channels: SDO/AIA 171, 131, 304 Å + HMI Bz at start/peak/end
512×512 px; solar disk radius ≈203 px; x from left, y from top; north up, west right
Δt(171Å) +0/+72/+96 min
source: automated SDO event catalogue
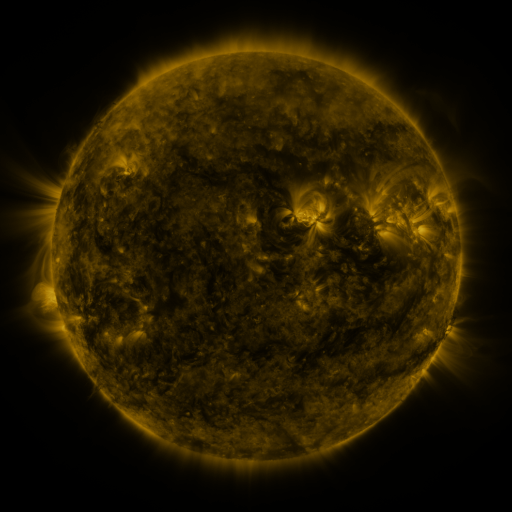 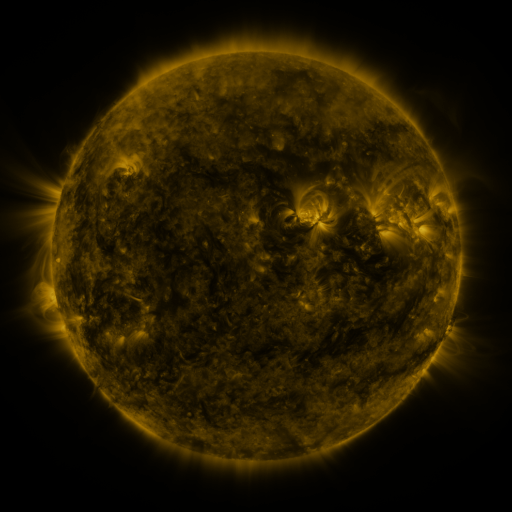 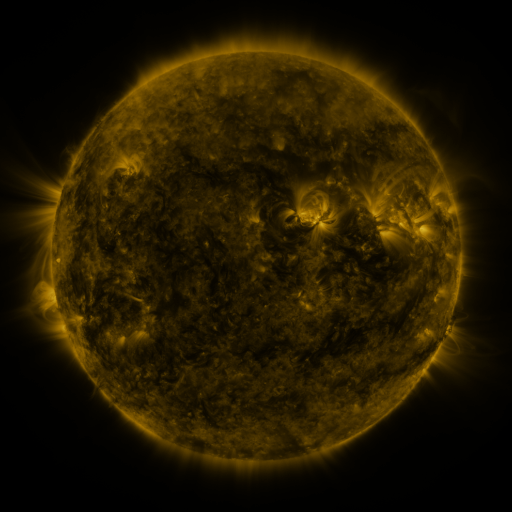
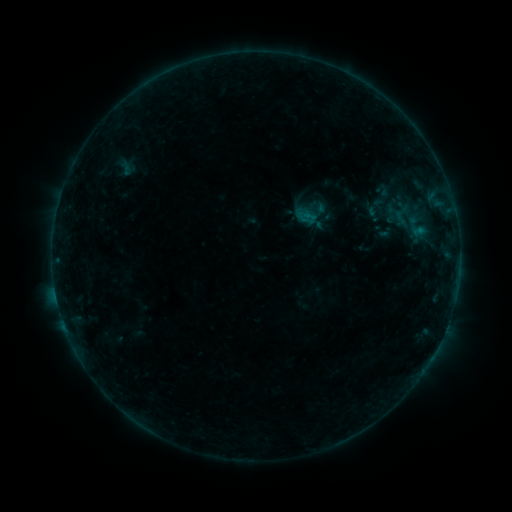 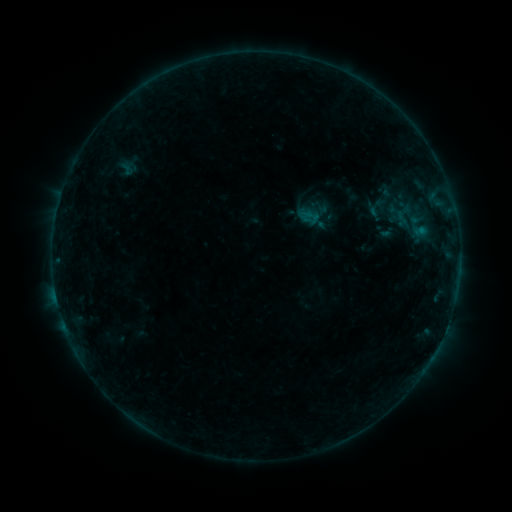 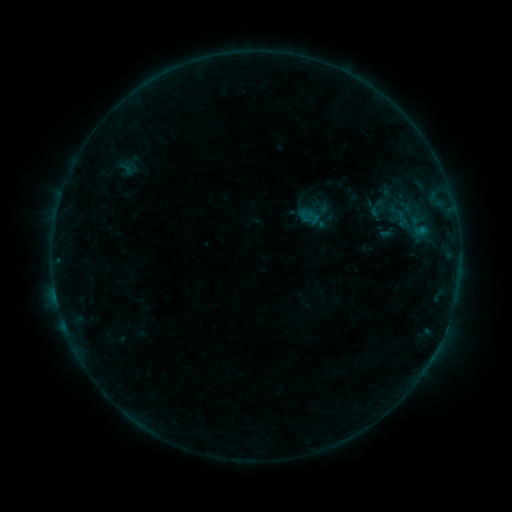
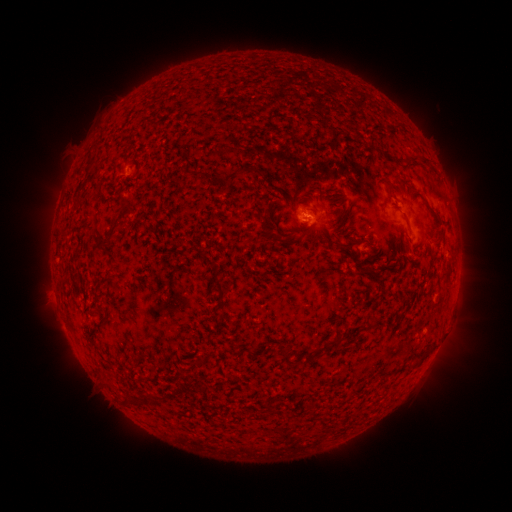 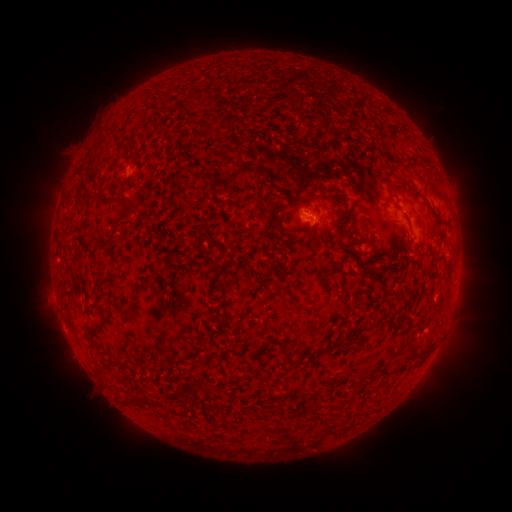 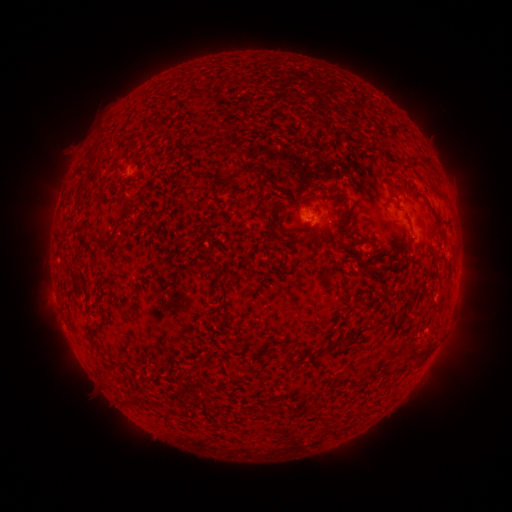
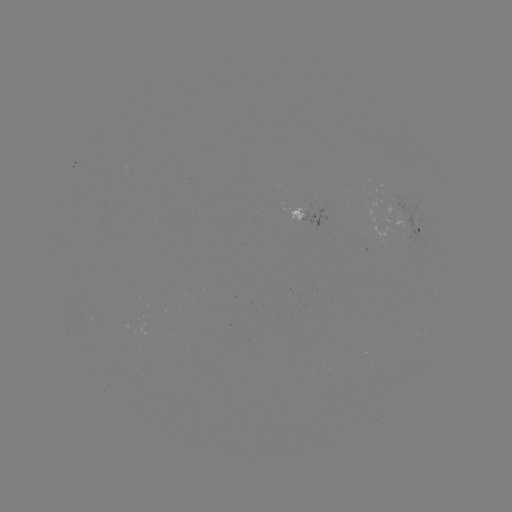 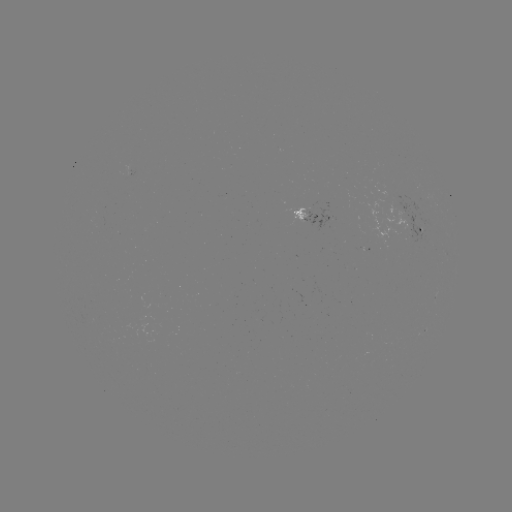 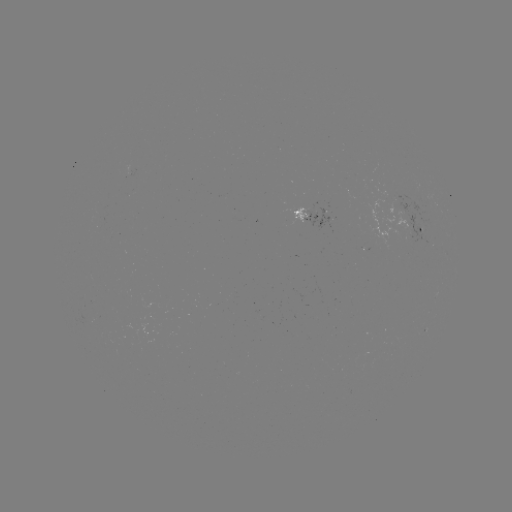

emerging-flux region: <bbox>417, 217, 431, 230</bbox>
